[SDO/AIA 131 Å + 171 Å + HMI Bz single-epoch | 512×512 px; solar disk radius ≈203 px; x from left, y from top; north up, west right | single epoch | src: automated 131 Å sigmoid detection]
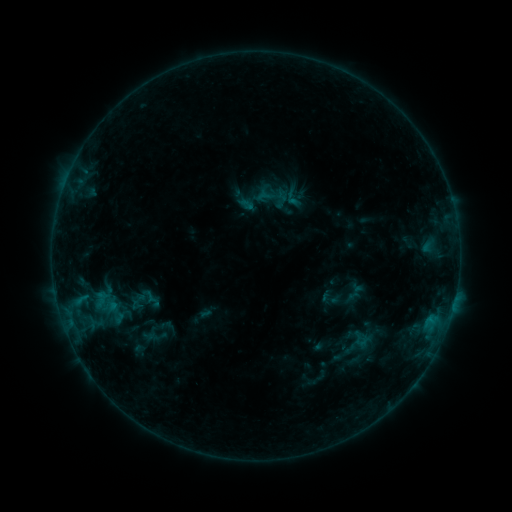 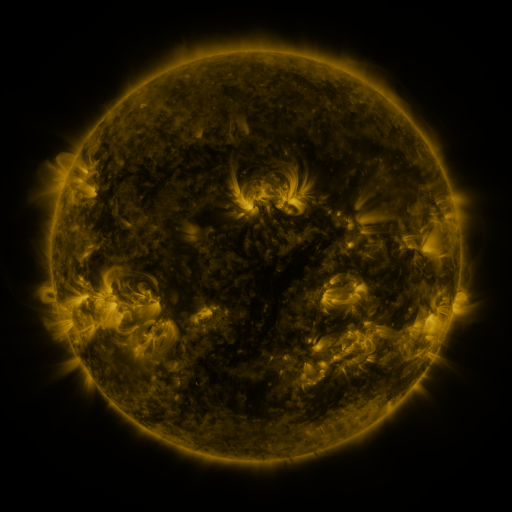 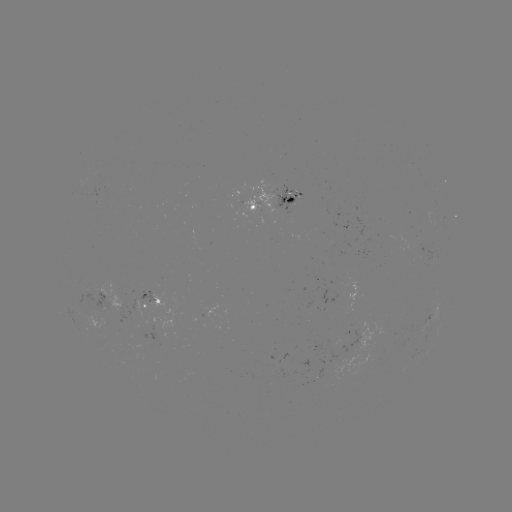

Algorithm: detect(sigmoid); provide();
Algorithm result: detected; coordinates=(273, 195)